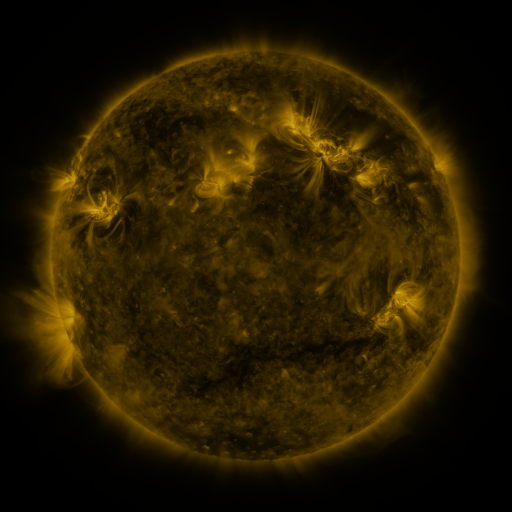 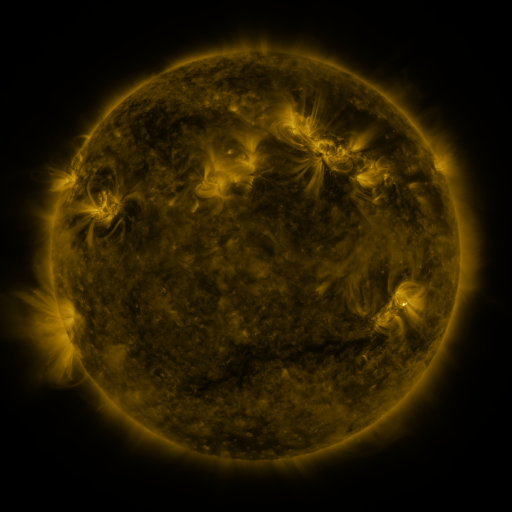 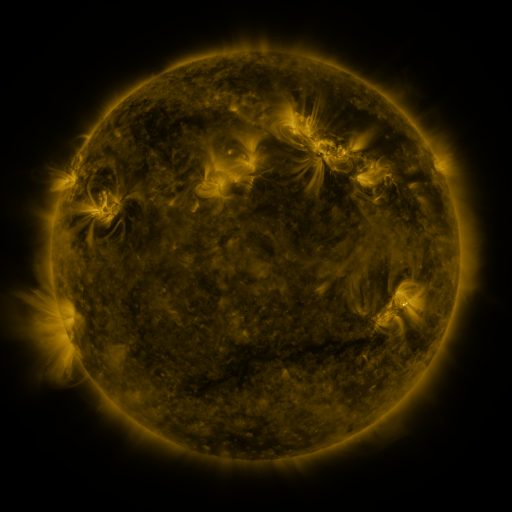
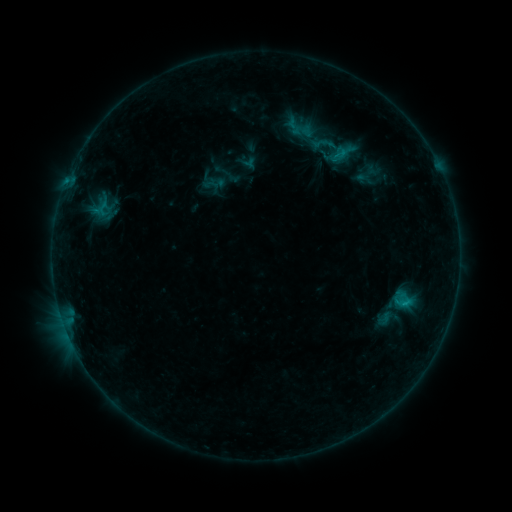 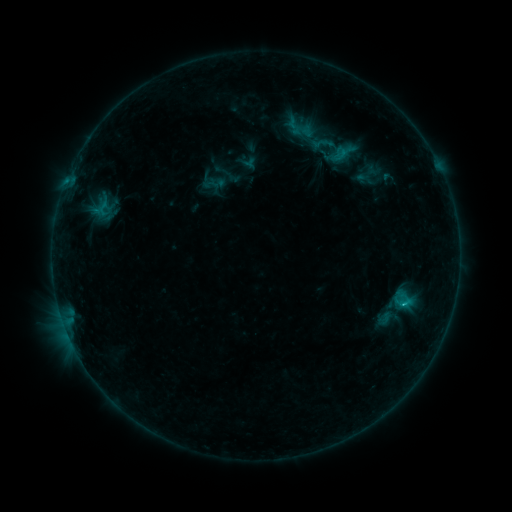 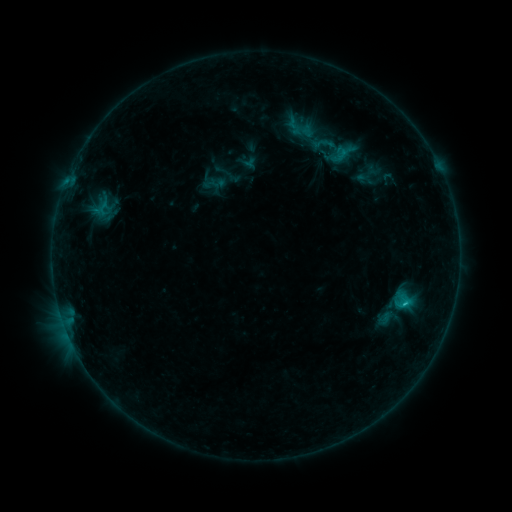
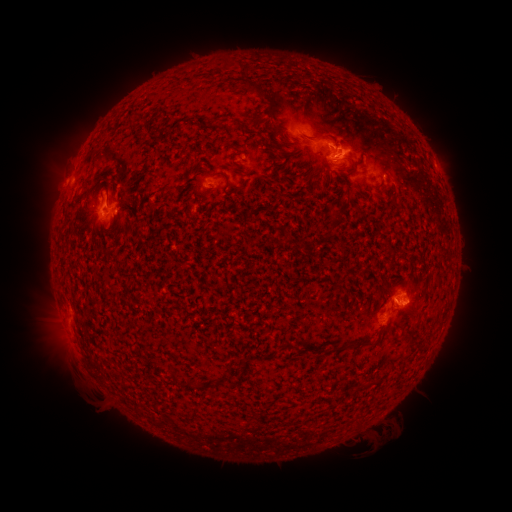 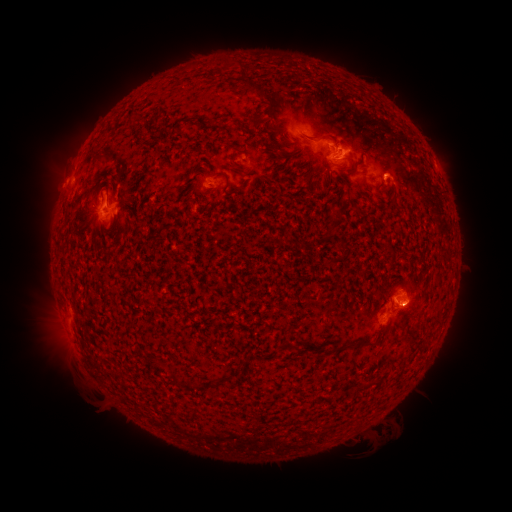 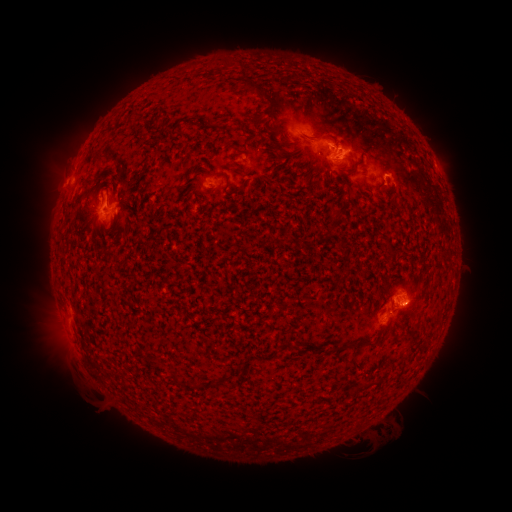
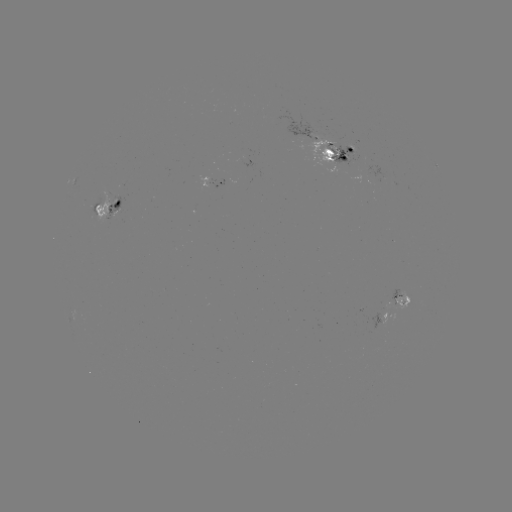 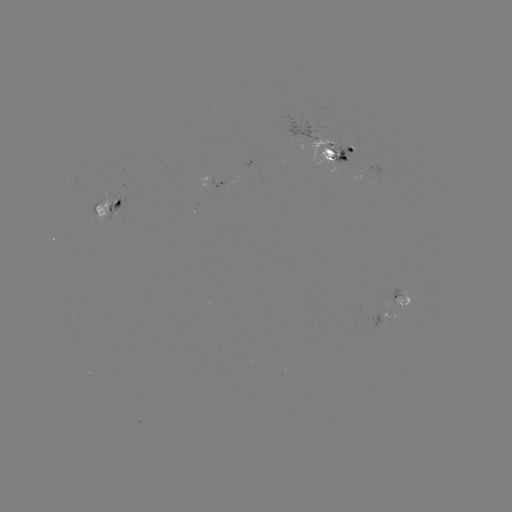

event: flare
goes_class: C1.0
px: (404, 302)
